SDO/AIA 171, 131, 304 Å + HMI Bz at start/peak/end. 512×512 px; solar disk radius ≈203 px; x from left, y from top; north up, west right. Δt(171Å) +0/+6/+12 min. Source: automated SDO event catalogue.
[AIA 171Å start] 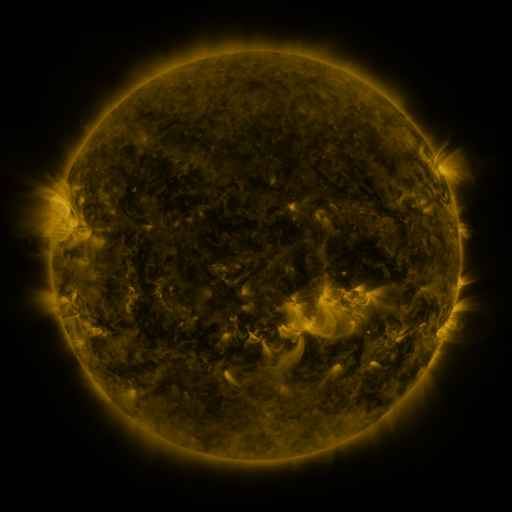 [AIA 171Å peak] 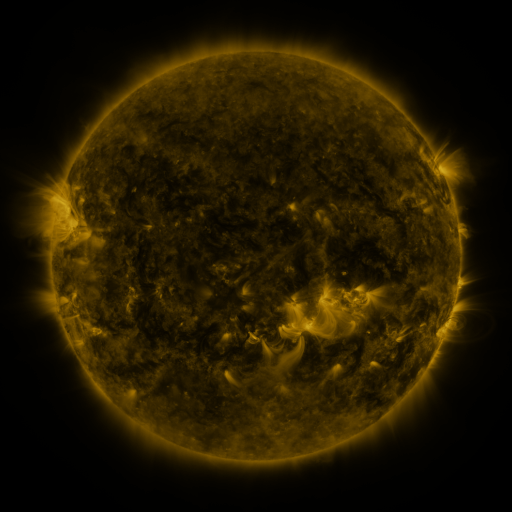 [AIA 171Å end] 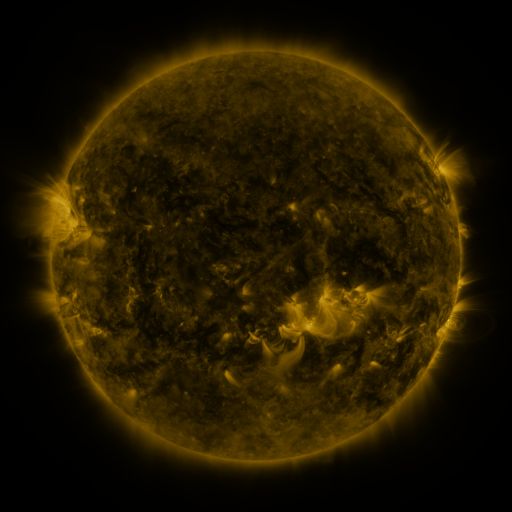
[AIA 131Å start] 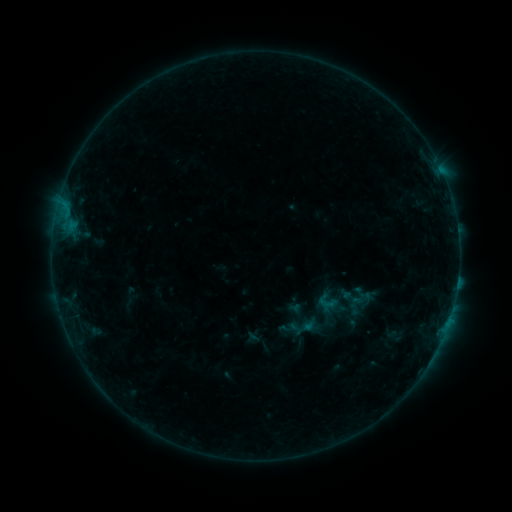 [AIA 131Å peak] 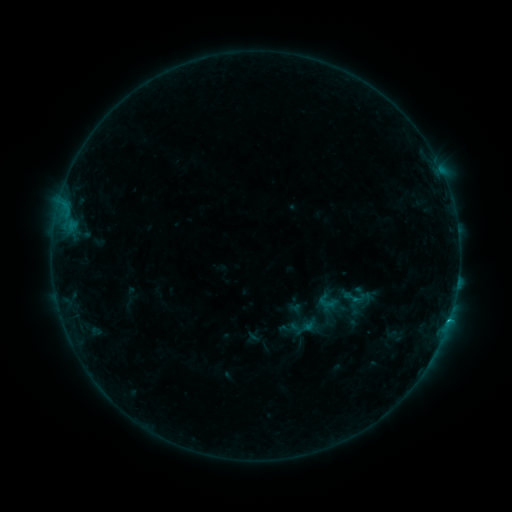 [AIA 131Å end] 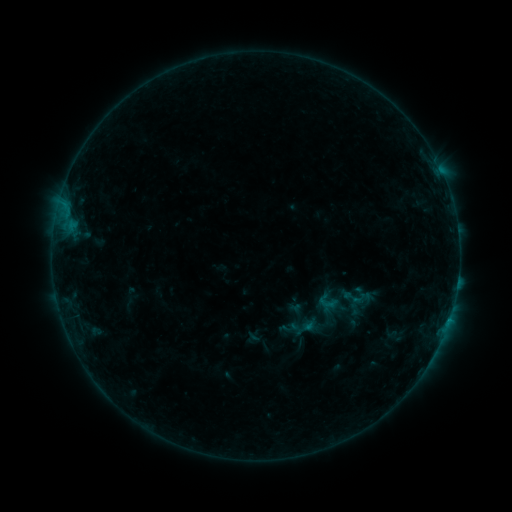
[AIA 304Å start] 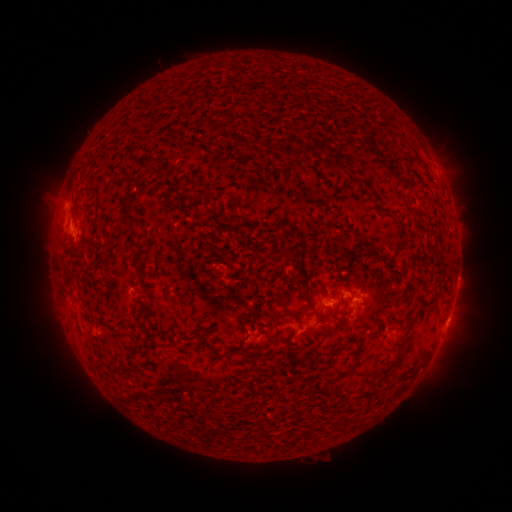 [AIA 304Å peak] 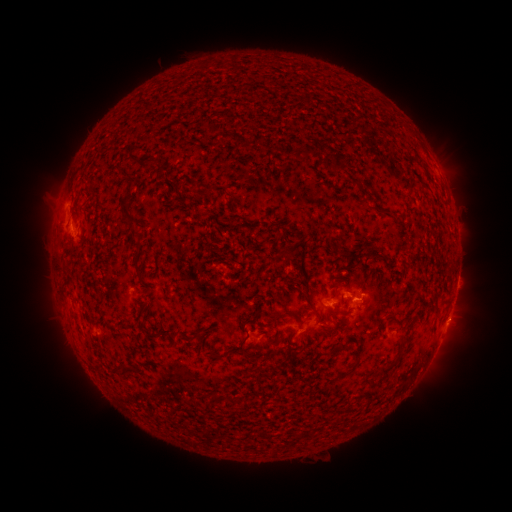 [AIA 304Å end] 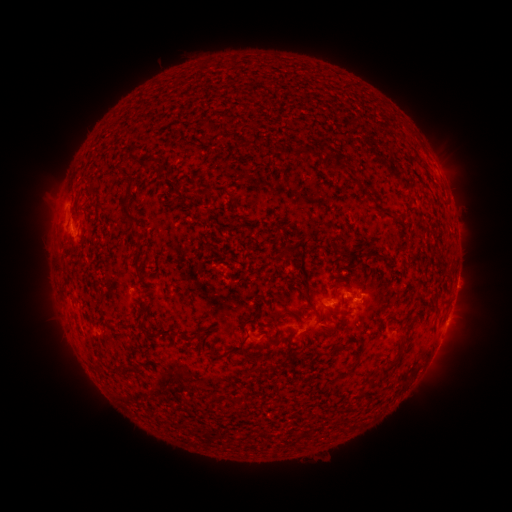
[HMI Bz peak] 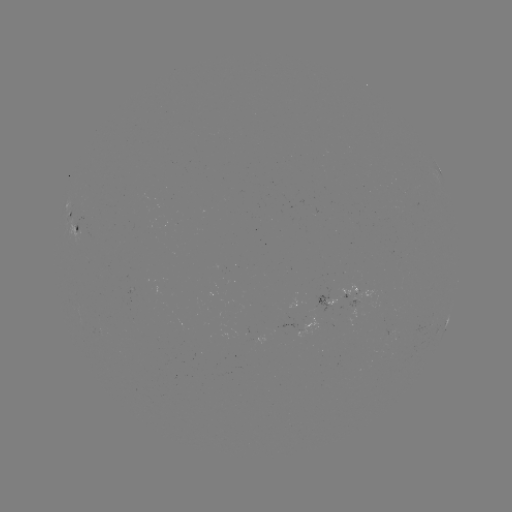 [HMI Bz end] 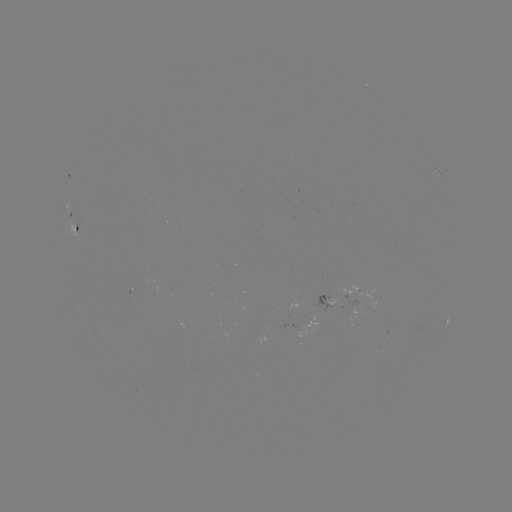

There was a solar flare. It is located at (353, 297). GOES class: B5.3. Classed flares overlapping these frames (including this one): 1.